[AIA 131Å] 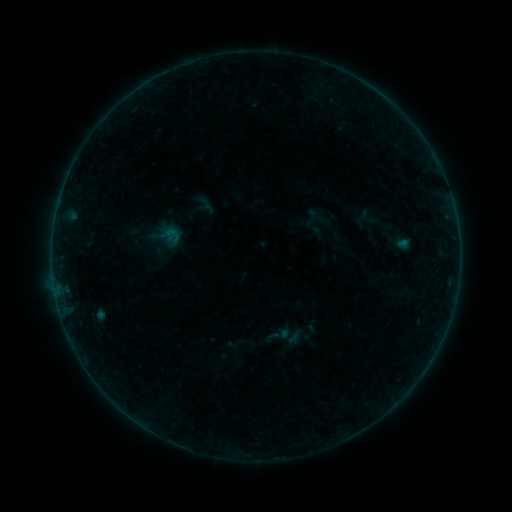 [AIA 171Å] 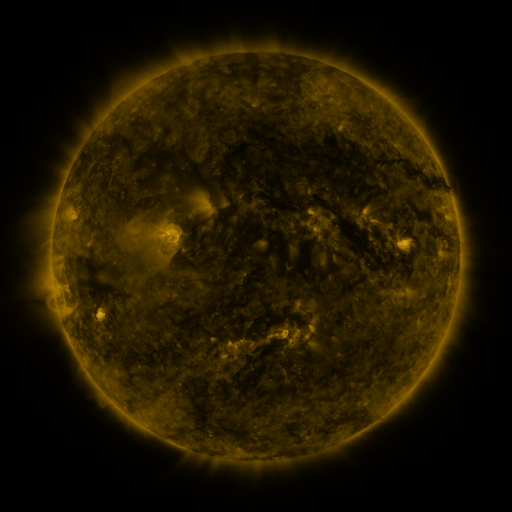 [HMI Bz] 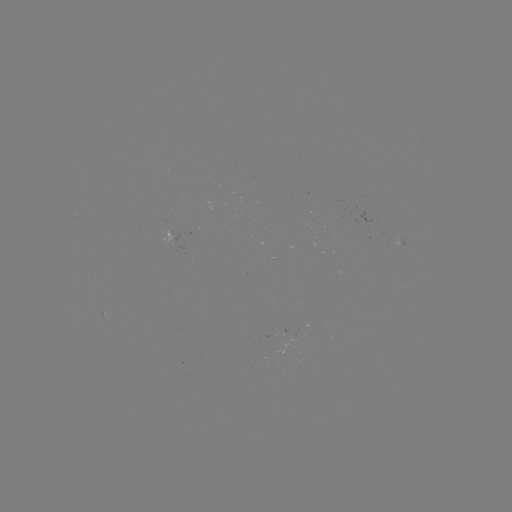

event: sigmoid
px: (279, 335)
